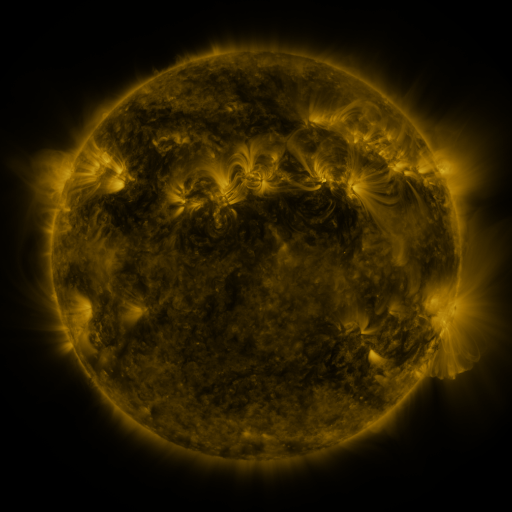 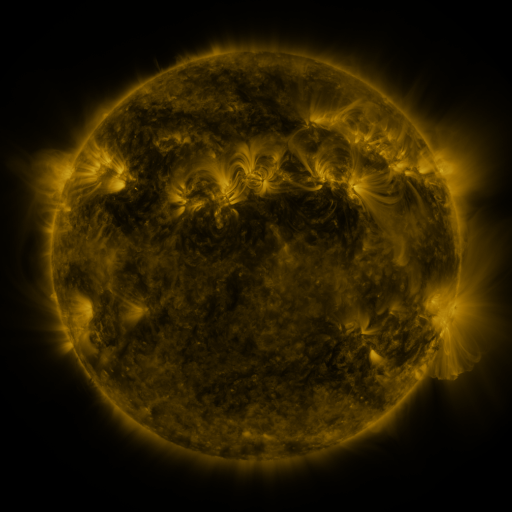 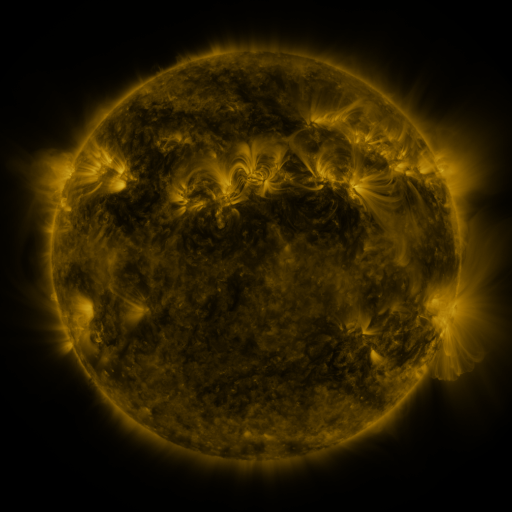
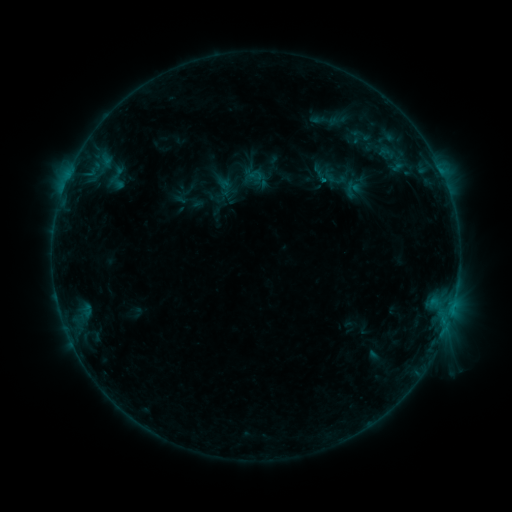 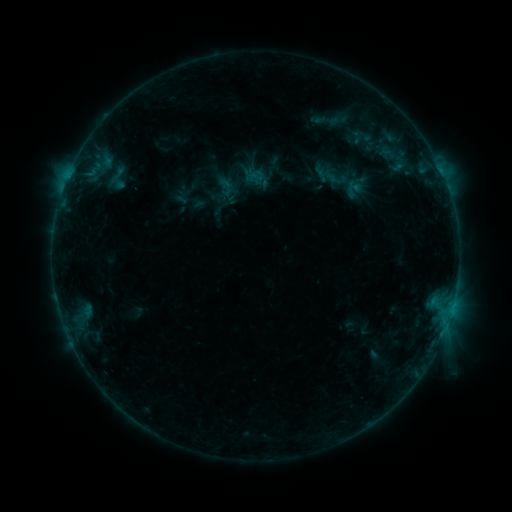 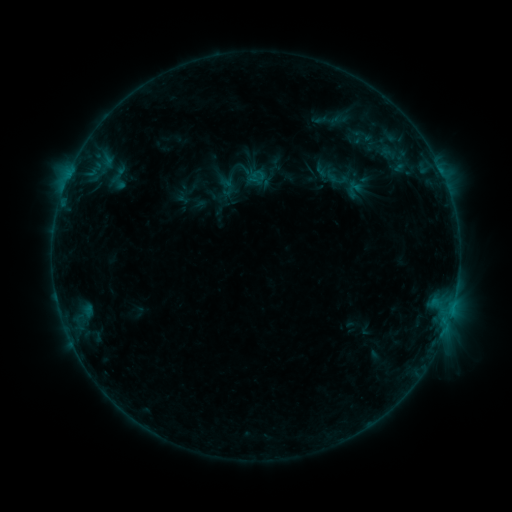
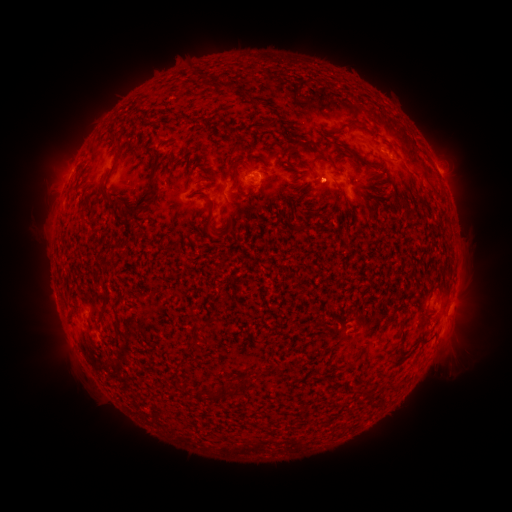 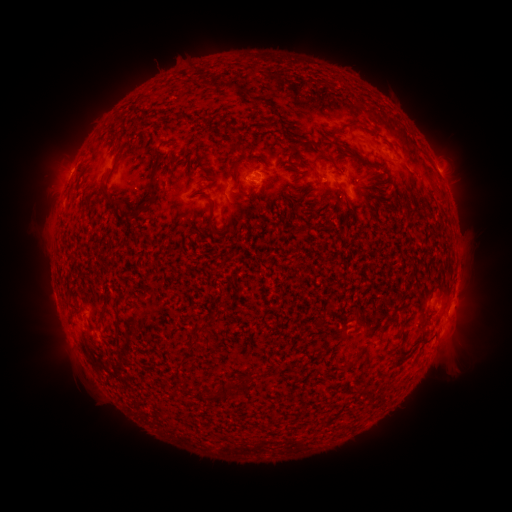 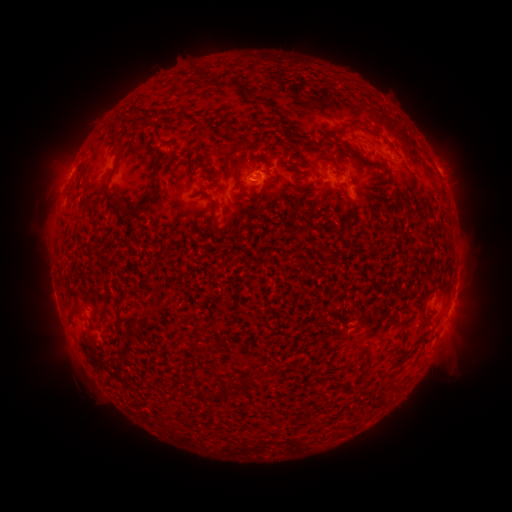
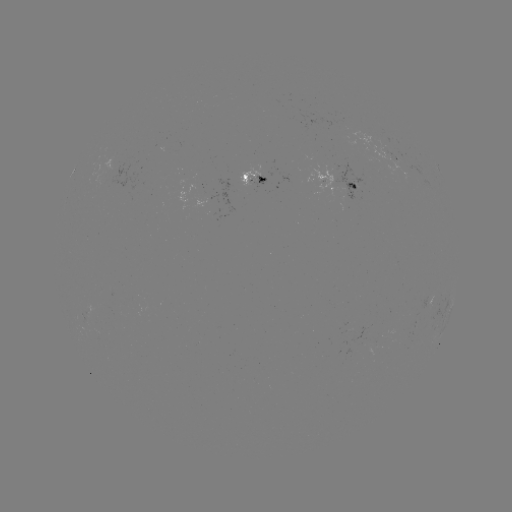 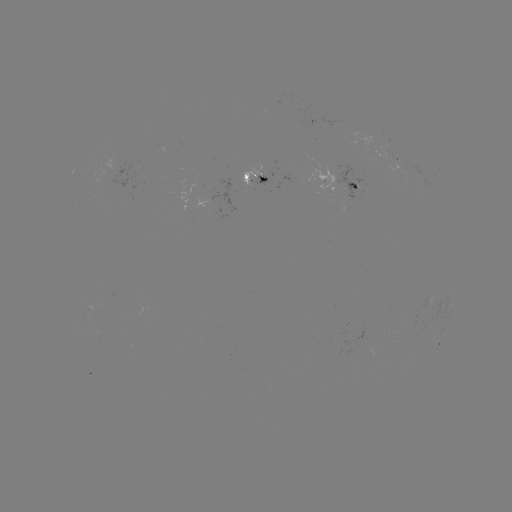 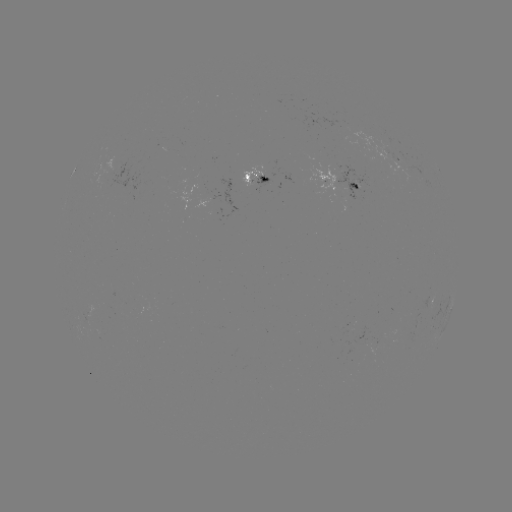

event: emerging-flux region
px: (393, 160)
